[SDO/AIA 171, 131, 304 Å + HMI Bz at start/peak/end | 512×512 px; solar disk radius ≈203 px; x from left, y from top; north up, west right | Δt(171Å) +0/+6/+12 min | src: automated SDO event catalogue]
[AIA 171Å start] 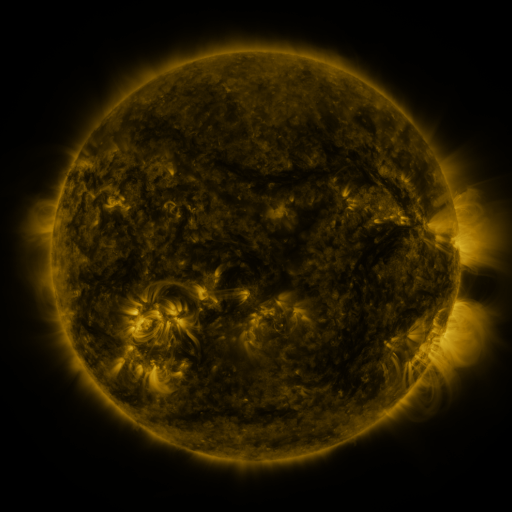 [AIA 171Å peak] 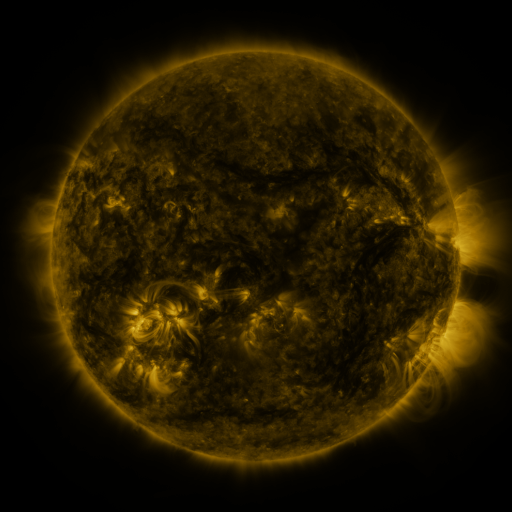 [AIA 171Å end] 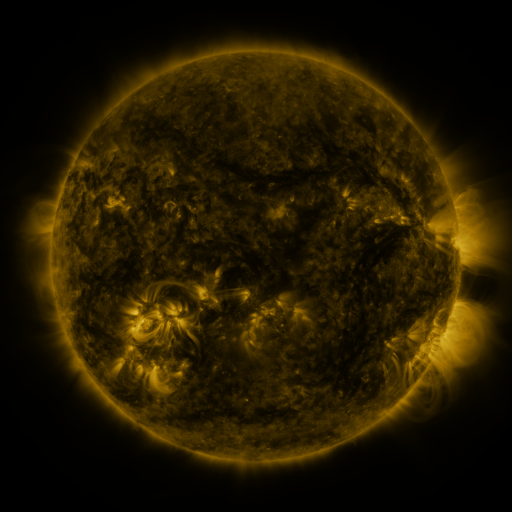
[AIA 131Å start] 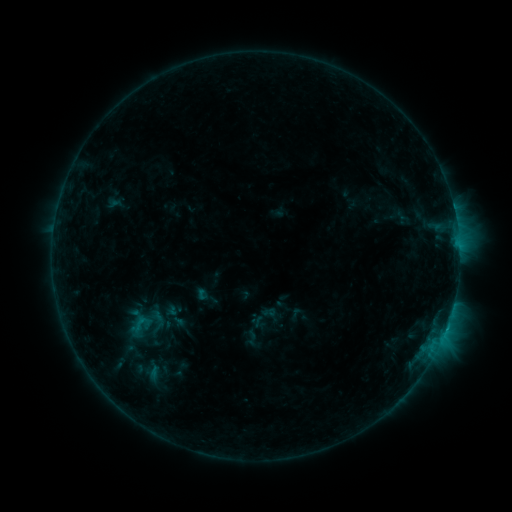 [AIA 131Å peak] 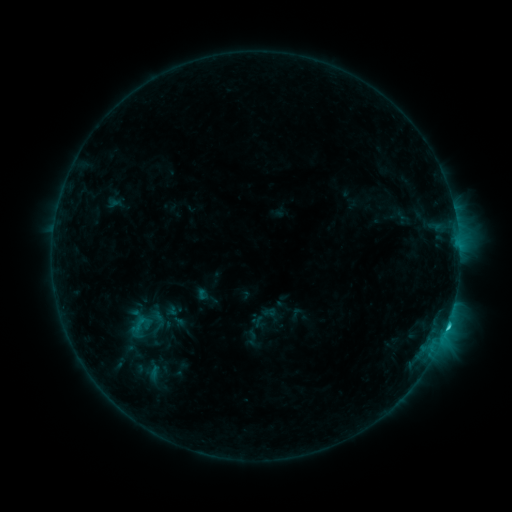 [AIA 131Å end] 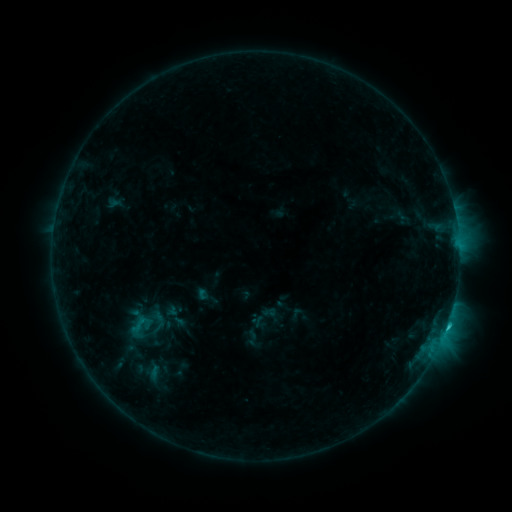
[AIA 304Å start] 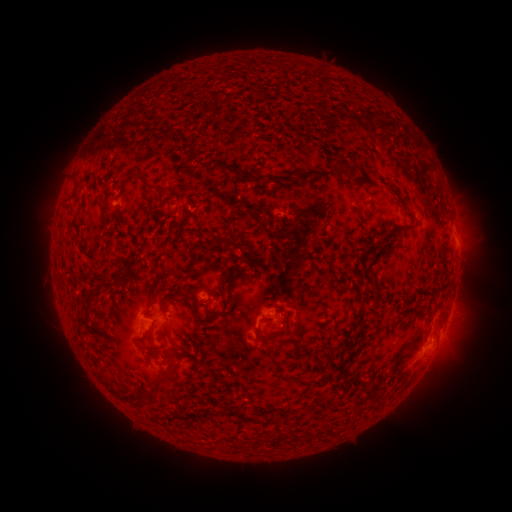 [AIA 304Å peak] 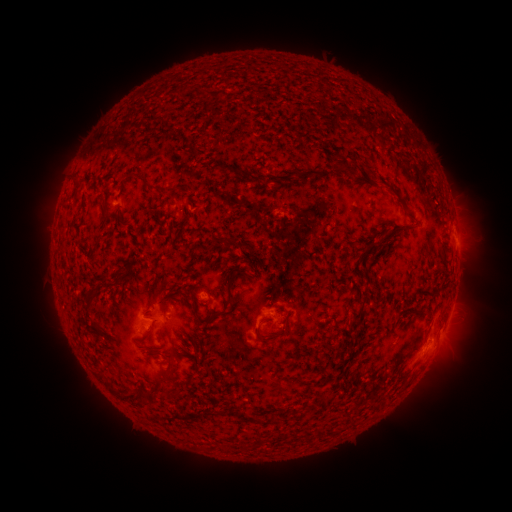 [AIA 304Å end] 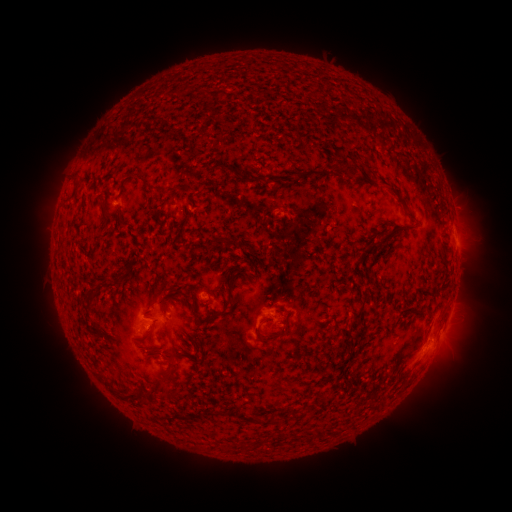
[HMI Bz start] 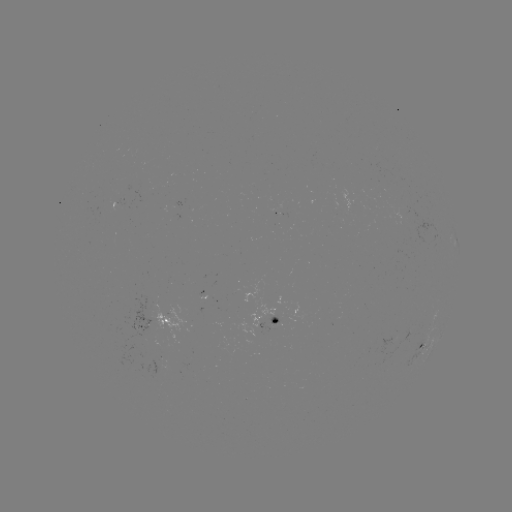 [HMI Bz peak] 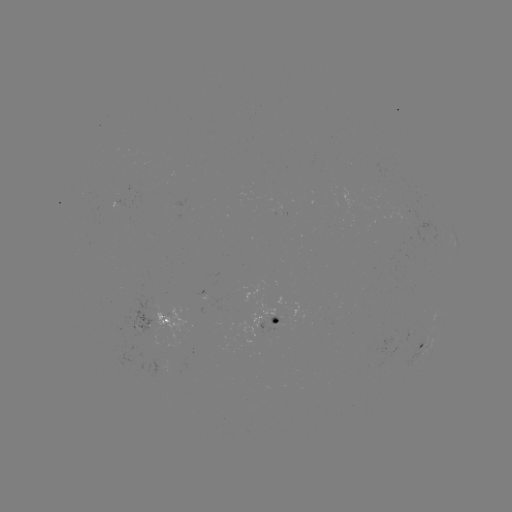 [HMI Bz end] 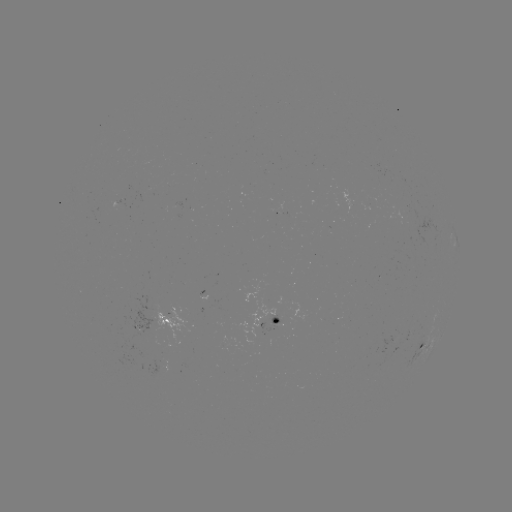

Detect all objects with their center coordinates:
C1.3 flare: (446, 325)
